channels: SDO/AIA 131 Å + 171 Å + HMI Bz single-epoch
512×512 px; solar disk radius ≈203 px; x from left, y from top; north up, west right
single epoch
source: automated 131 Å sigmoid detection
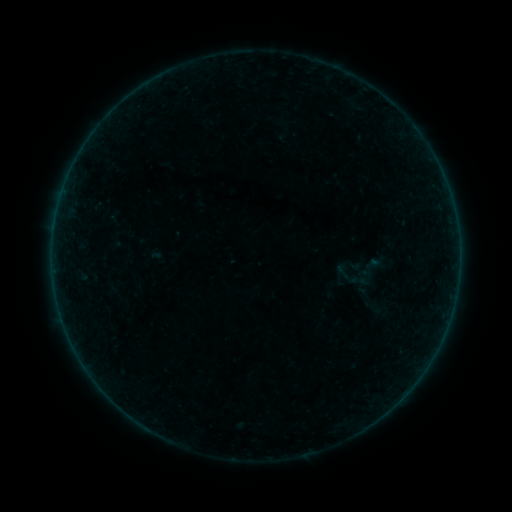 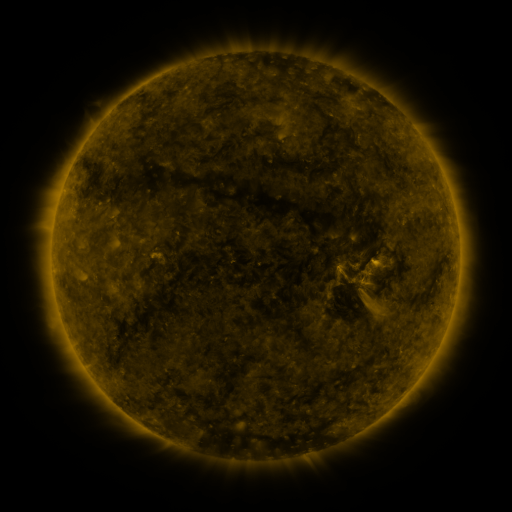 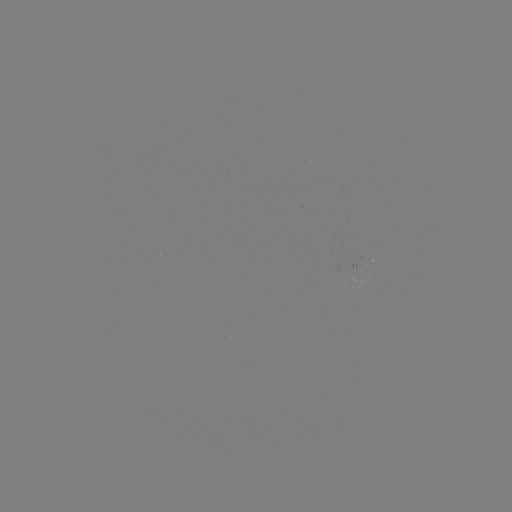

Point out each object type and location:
sigmoid: (343, 271)
sigmoid: (363, 271)
